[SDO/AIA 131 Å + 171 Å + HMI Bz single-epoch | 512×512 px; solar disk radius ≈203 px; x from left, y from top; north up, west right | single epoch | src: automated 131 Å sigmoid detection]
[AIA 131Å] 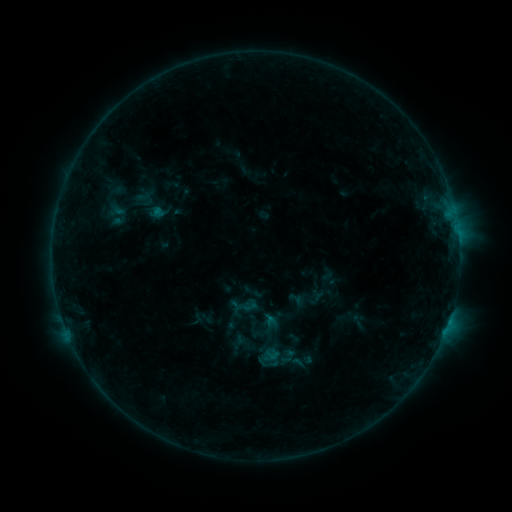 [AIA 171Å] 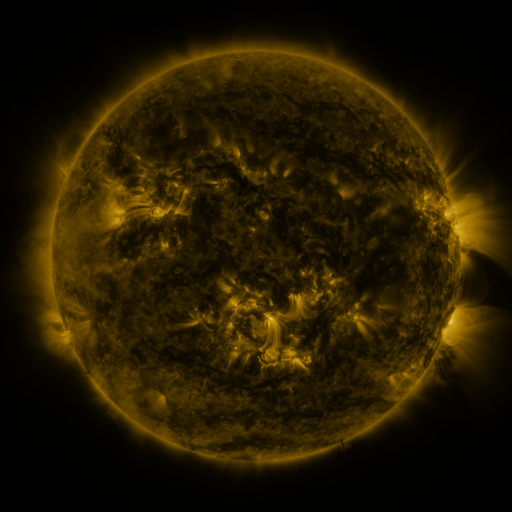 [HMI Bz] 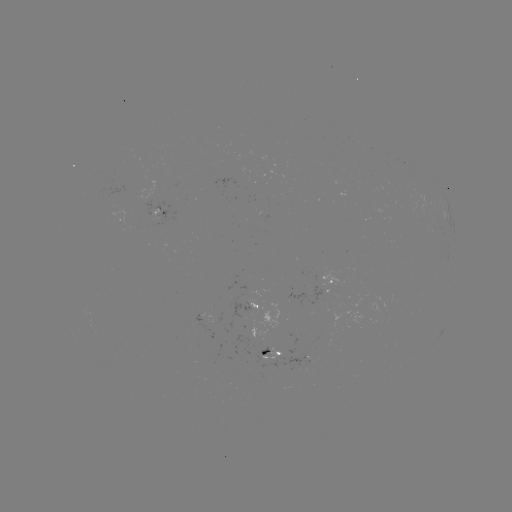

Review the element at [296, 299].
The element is sigmoid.